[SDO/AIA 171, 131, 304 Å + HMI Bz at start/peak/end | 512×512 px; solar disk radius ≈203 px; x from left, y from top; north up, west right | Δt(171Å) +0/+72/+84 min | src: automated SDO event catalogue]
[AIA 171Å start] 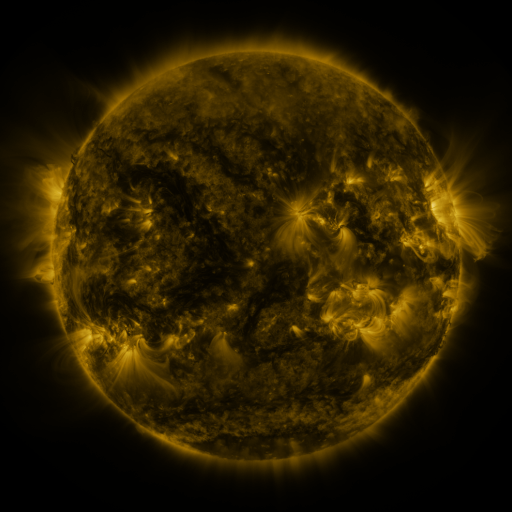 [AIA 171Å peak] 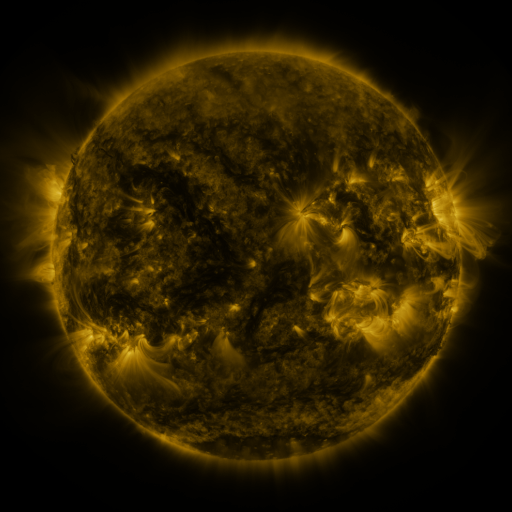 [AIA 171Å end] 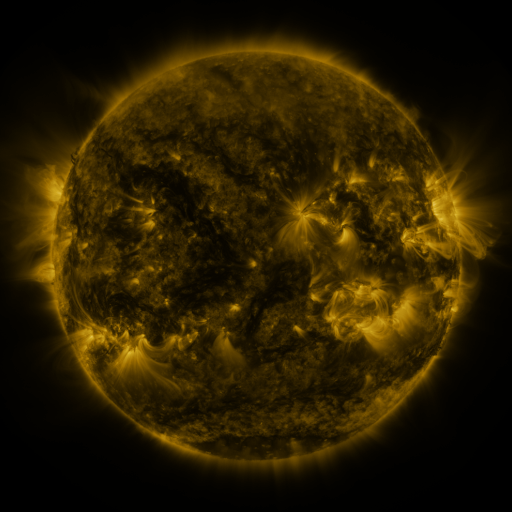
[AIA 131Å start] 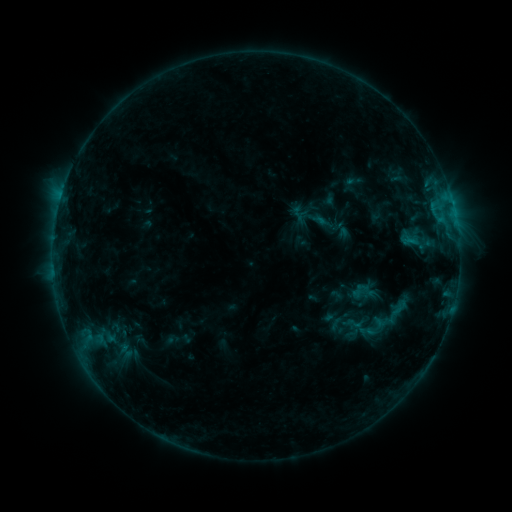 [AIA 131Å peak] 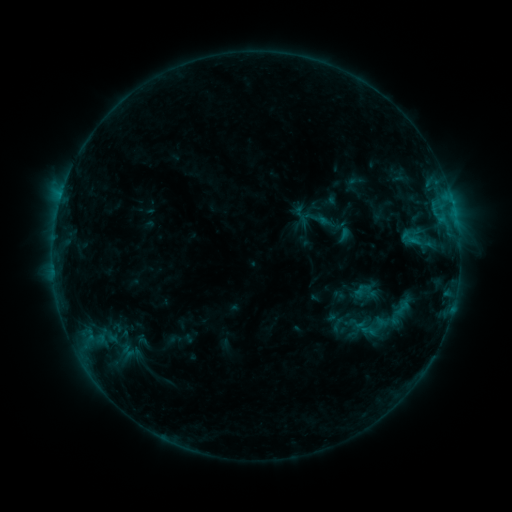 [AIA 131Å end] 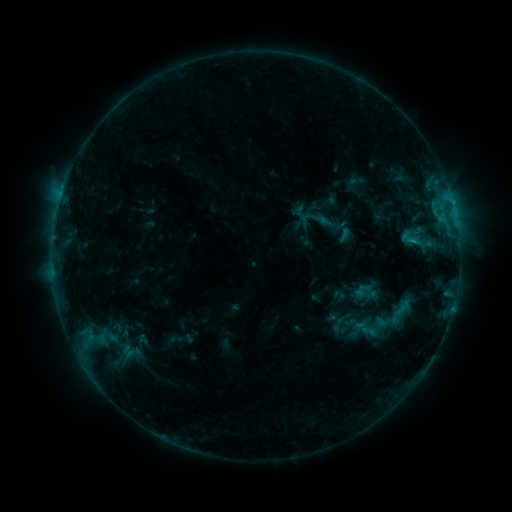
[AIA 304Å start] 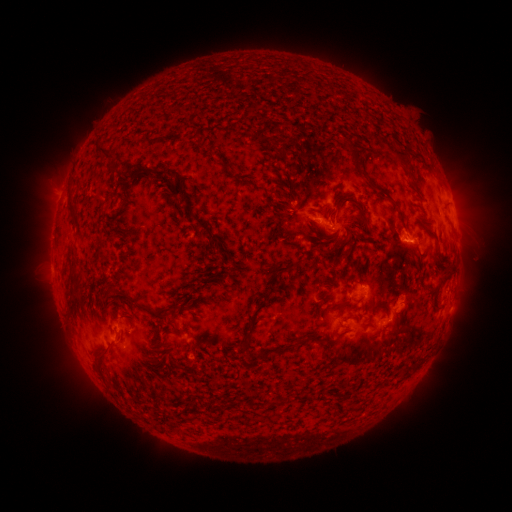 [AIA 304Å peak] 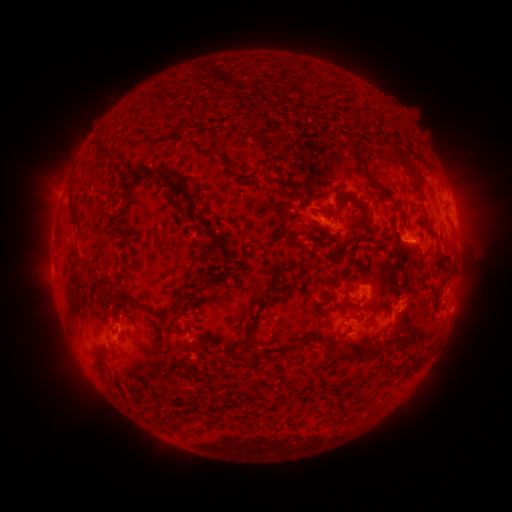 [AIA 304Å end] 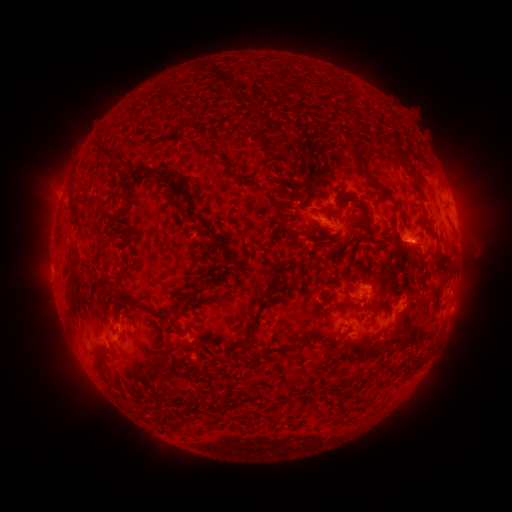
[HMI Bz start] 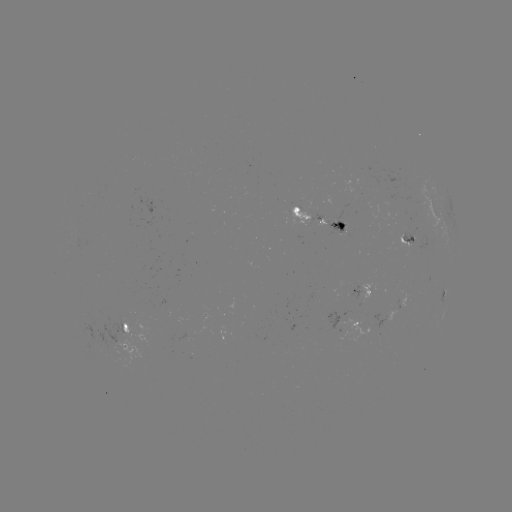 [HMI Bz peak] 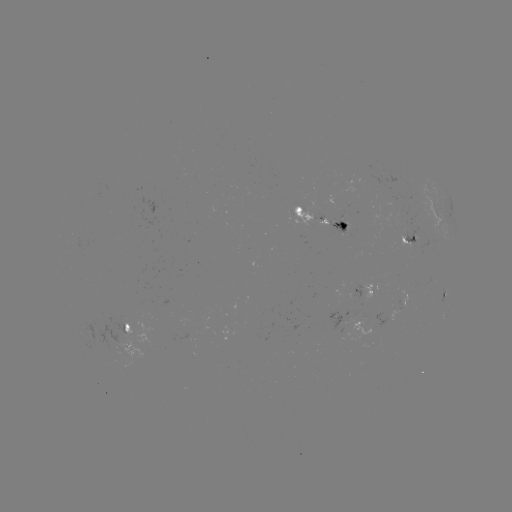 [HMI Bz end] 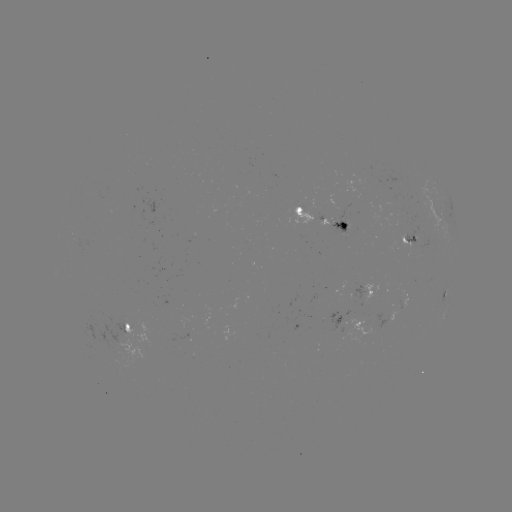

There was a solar emerging-flux region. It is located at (339, 222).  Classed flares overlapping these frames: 1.